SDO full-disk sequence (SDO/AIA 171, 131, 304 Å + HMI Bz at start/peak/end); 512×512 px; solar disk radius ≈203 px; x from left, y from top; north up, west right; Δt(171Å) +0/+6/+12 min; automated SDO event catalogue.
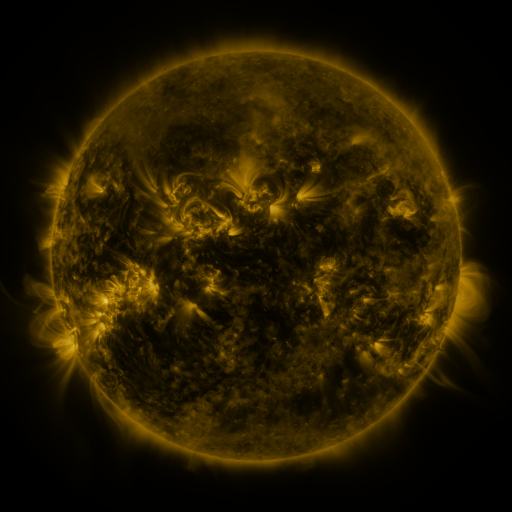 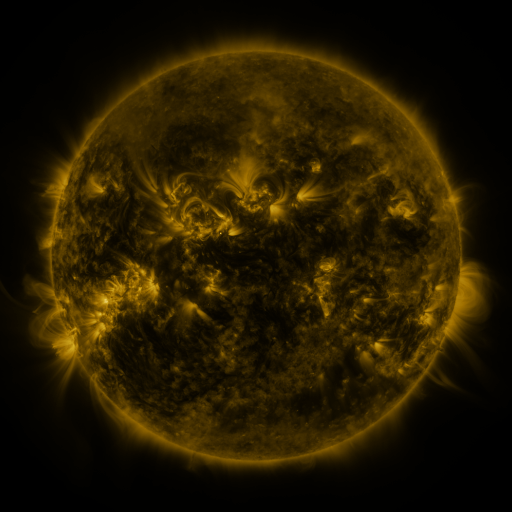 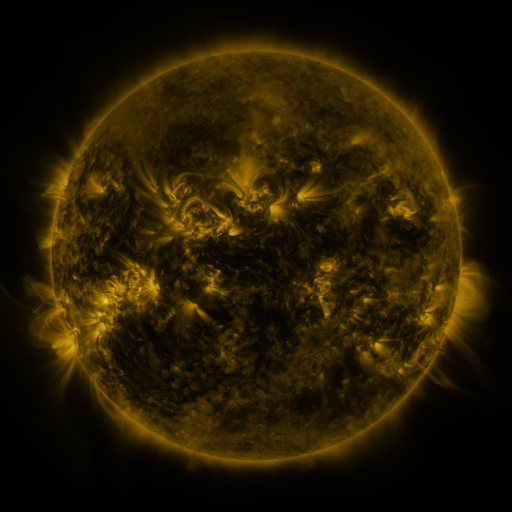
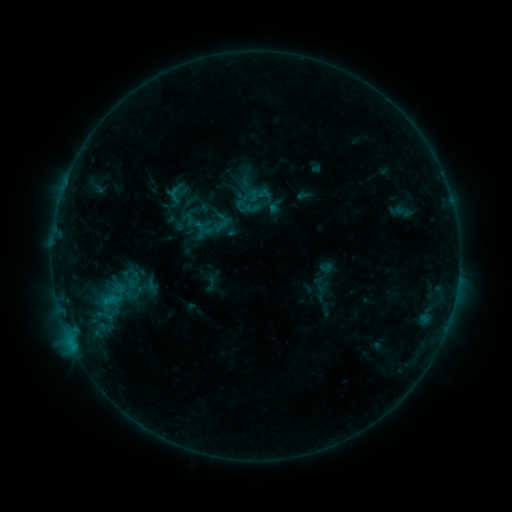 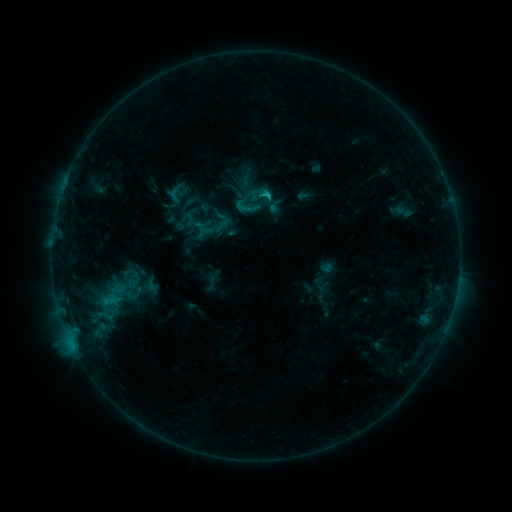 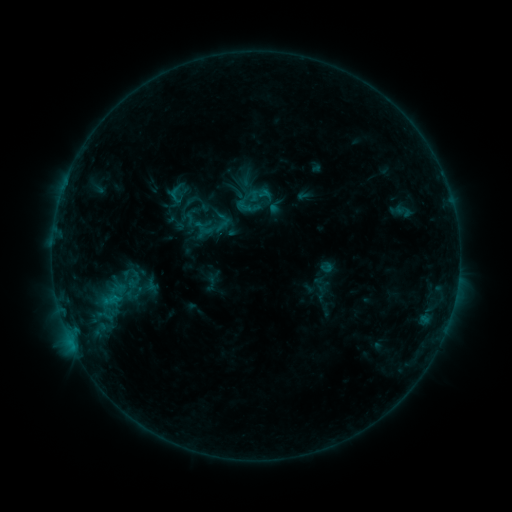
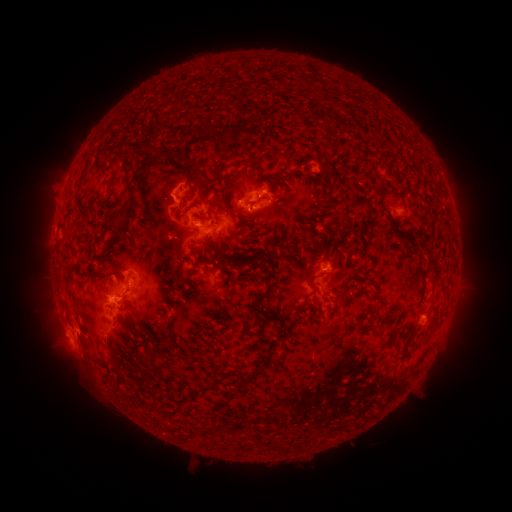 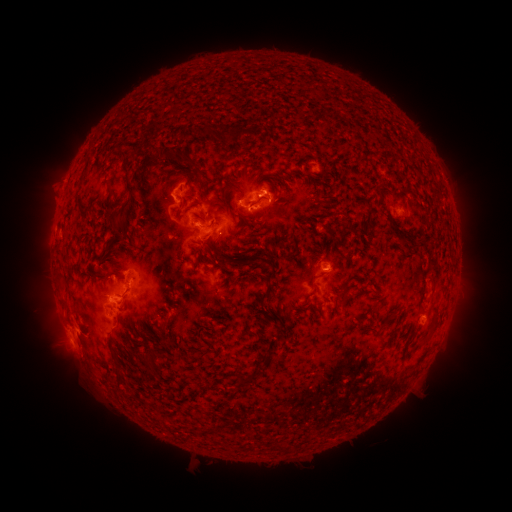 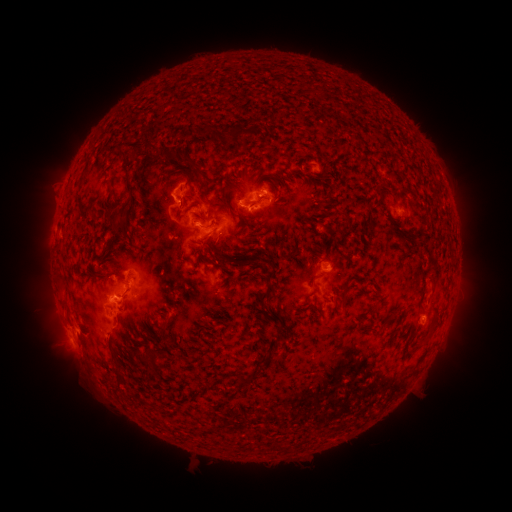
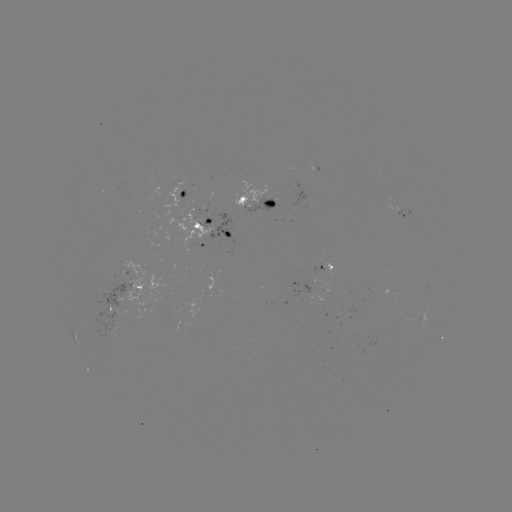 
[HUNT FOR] C1.6 flare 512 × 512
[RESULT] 262,196